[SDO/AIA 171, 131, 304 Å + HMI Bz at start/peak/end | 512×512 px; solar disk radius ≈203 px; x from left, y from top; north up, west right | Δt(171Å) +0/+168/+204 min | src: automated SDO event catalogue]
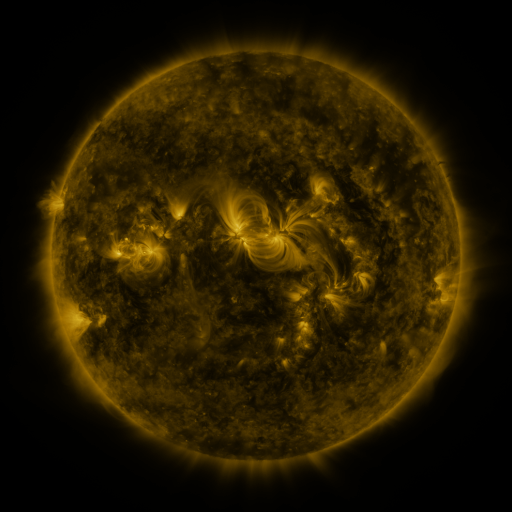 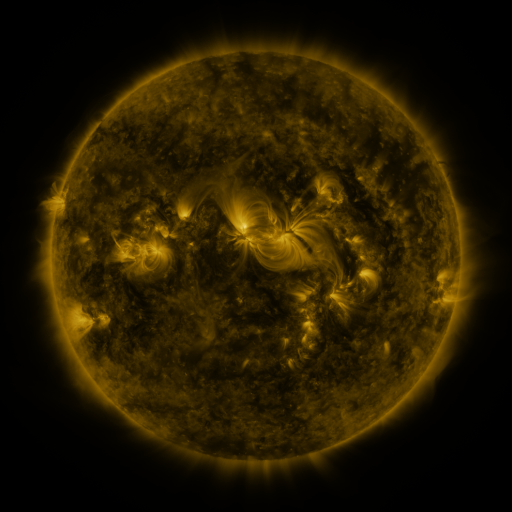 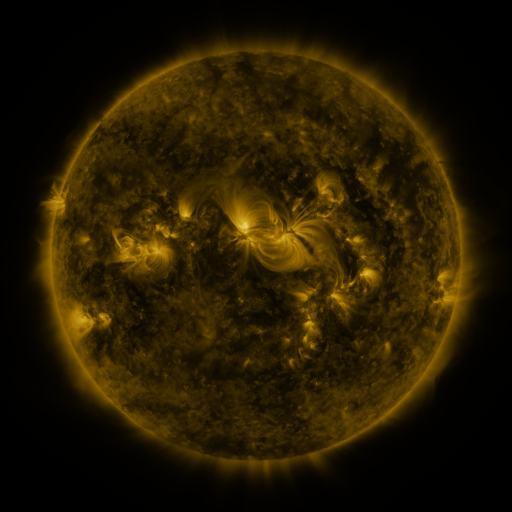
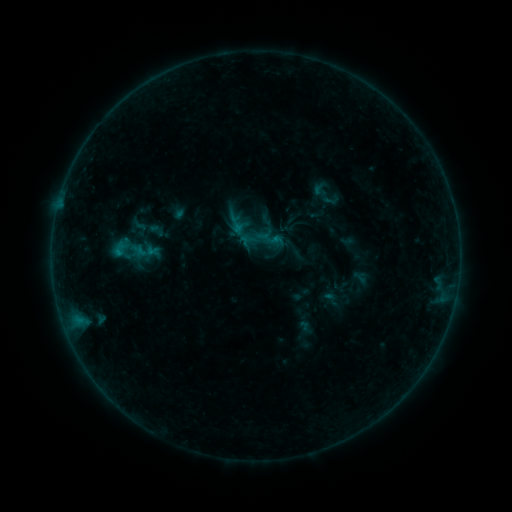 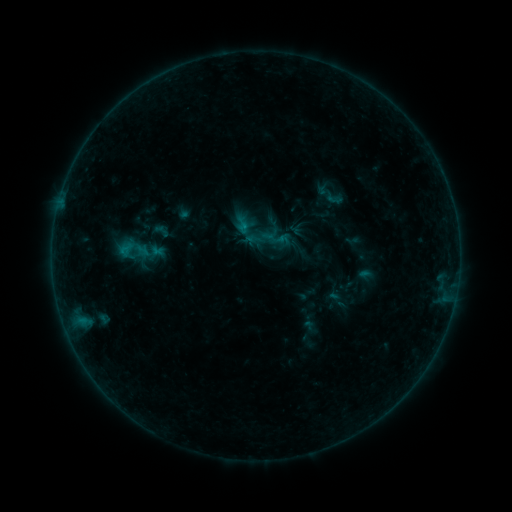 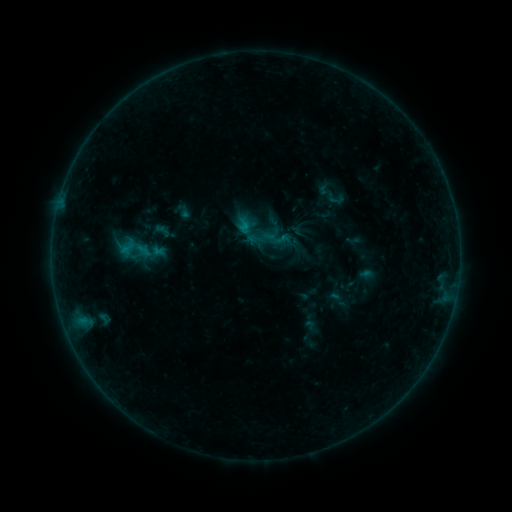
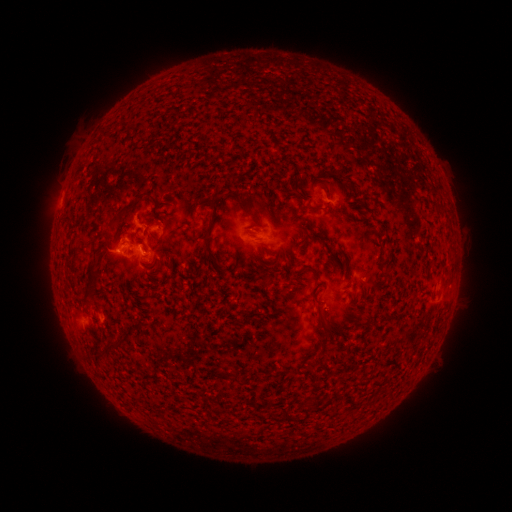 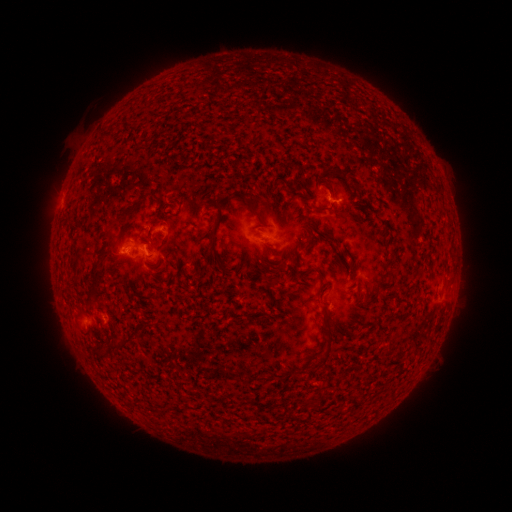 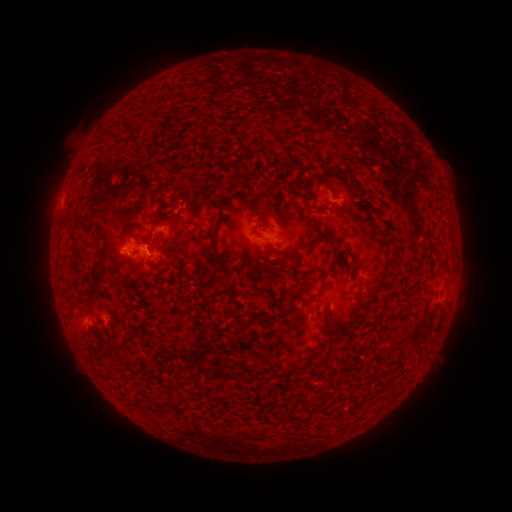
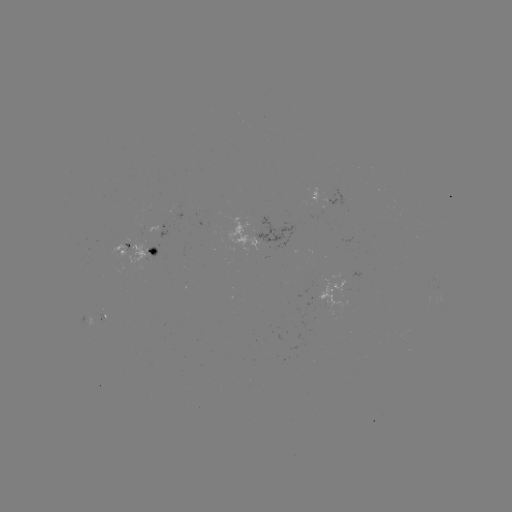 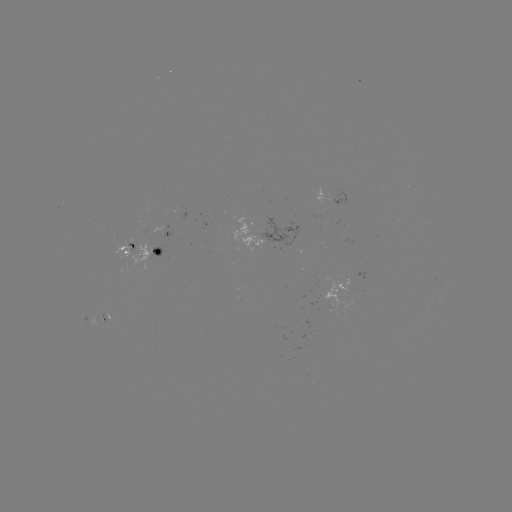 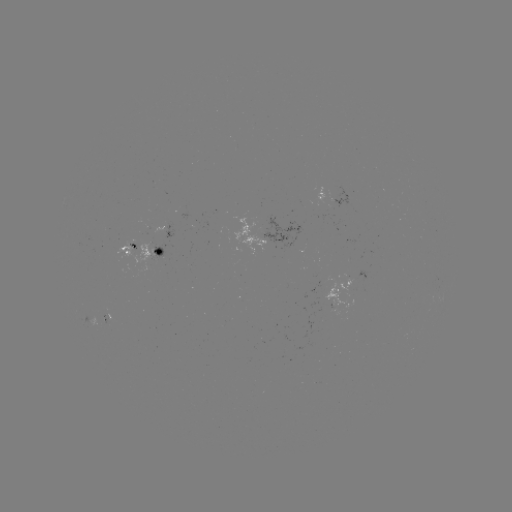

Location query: emerging-flux region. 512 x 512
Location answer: (99, 318).